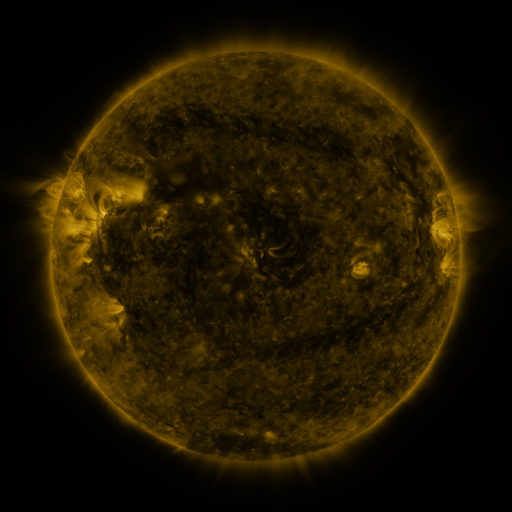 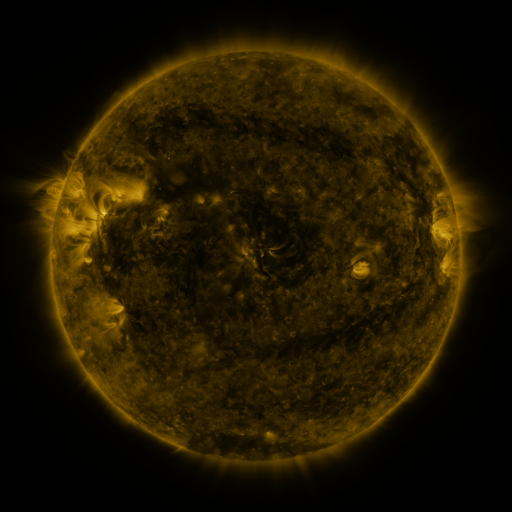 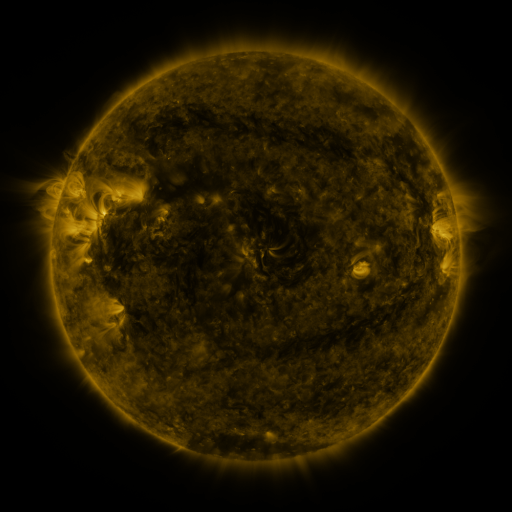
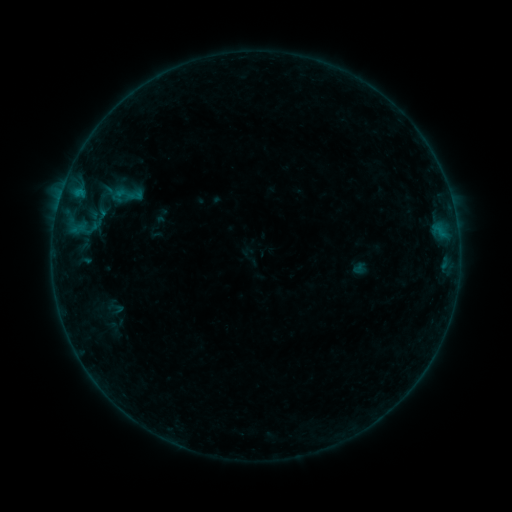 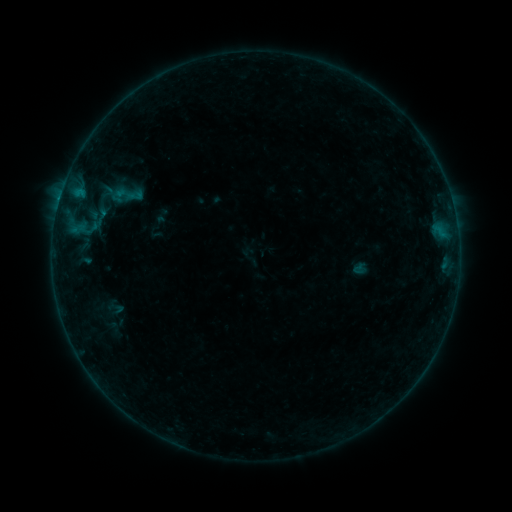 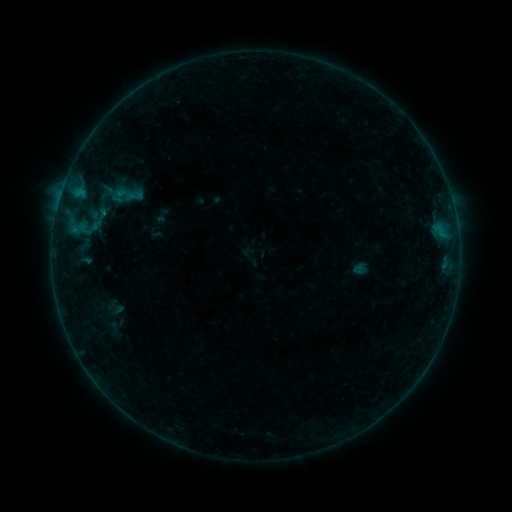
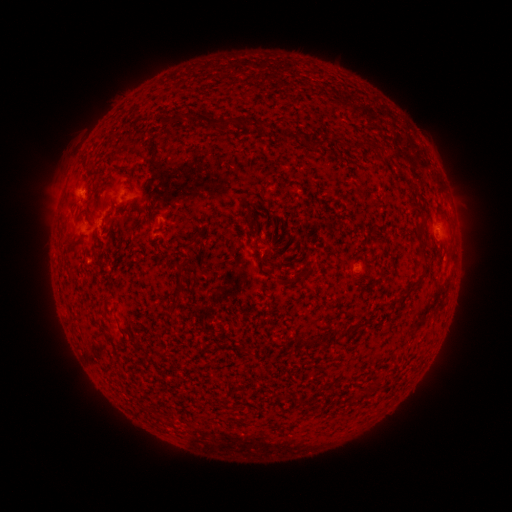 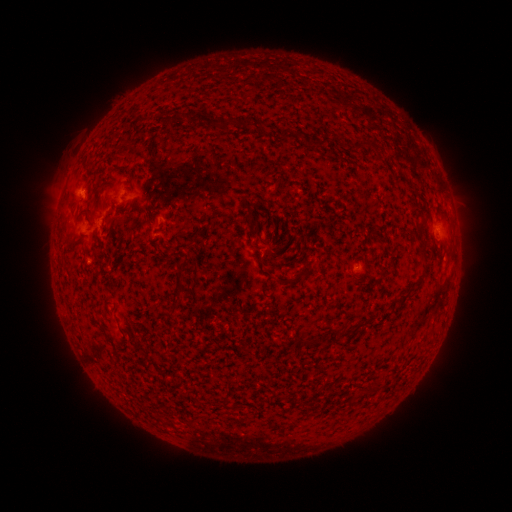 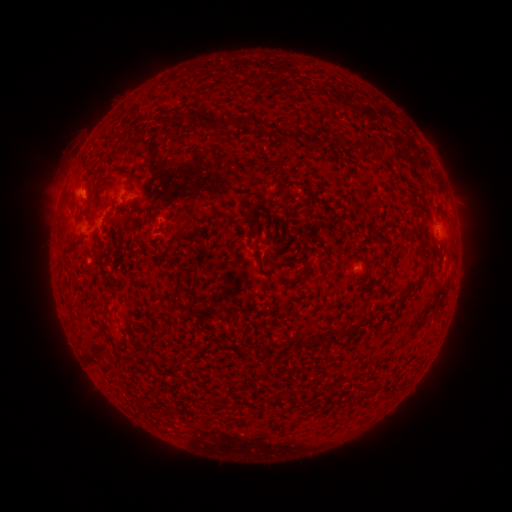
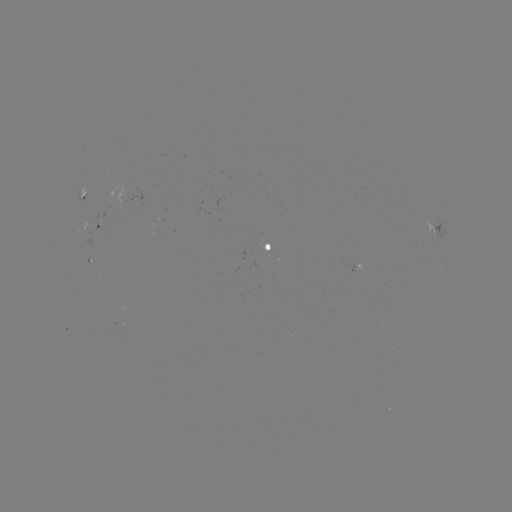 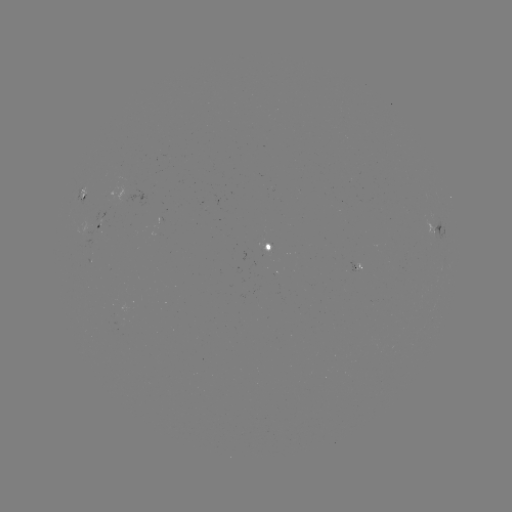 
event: flare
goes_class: B3.3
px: (60, 199)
